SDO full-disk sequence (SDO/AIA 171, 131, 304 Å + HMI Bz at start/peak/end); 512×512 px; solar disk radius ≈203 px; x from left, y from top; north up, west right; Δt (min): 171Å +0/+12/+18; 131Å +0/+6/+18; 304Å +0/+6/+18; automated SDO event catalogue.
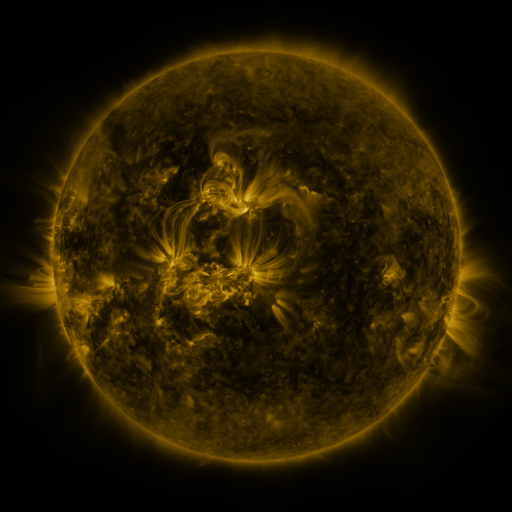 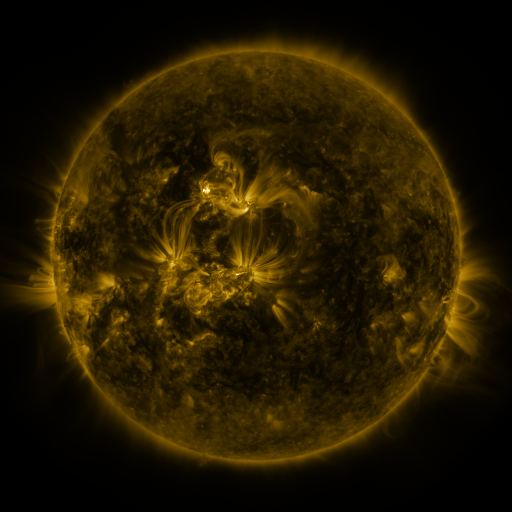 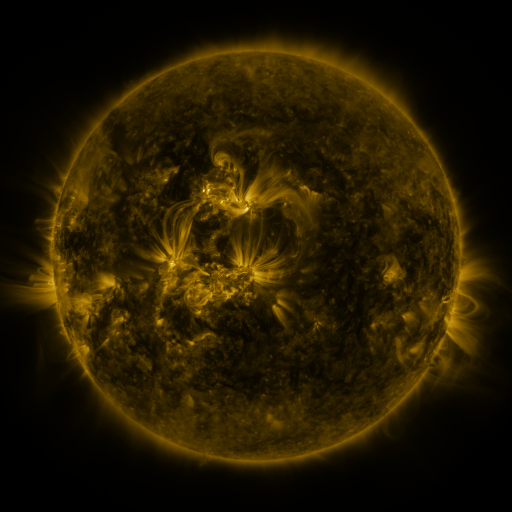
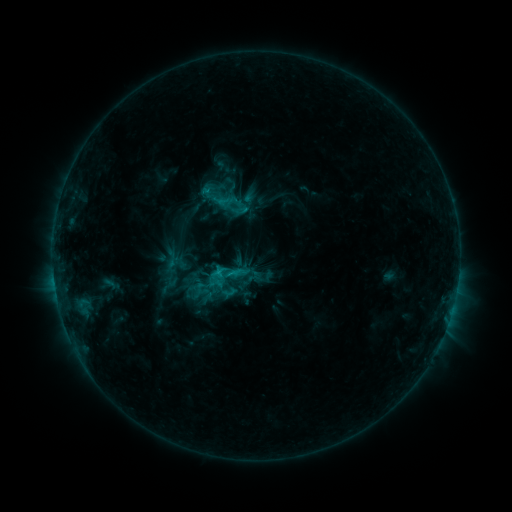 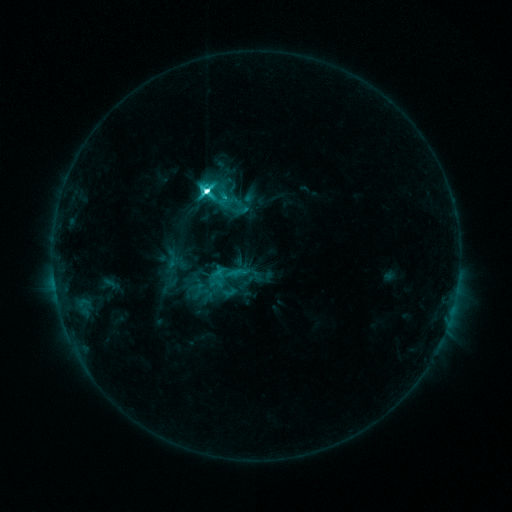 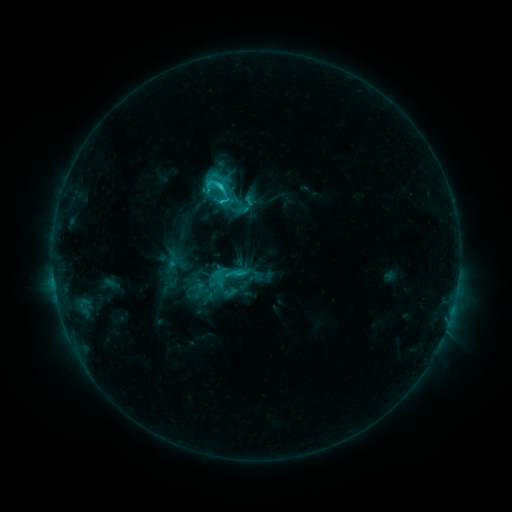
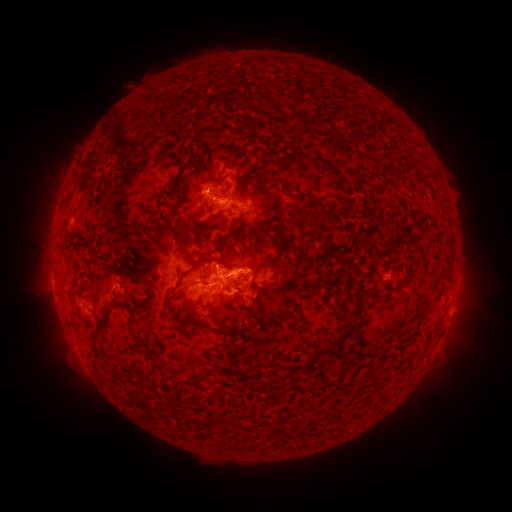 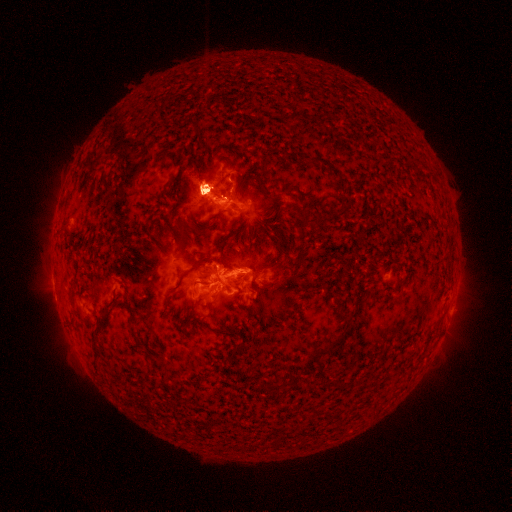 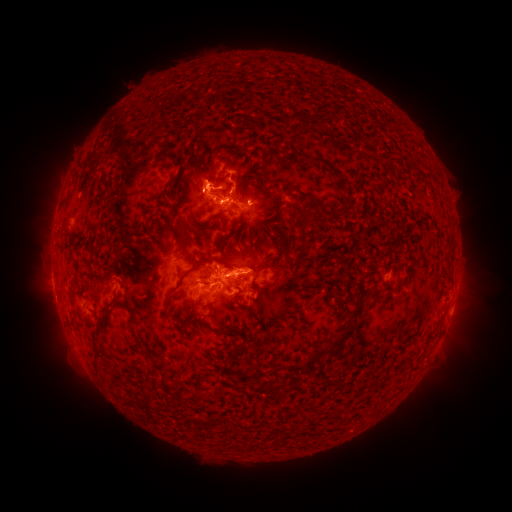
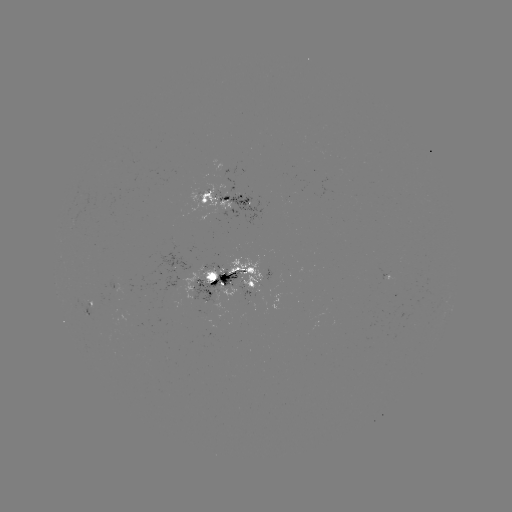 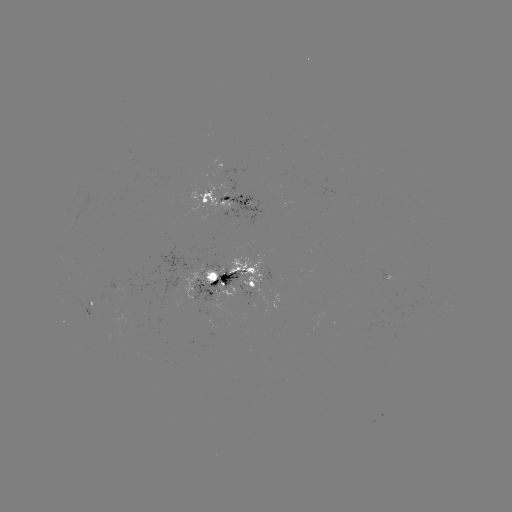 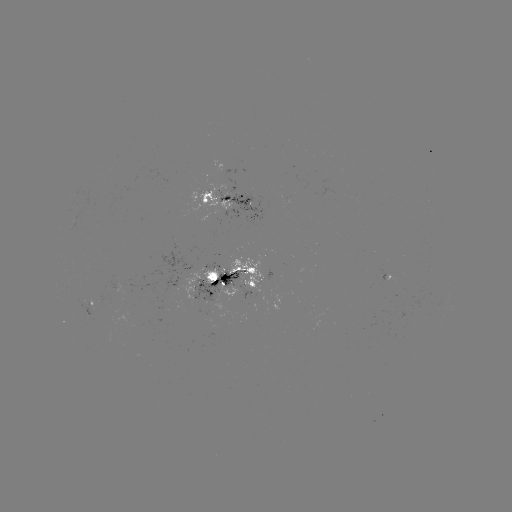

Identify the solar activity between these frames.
eruption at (208, 188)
